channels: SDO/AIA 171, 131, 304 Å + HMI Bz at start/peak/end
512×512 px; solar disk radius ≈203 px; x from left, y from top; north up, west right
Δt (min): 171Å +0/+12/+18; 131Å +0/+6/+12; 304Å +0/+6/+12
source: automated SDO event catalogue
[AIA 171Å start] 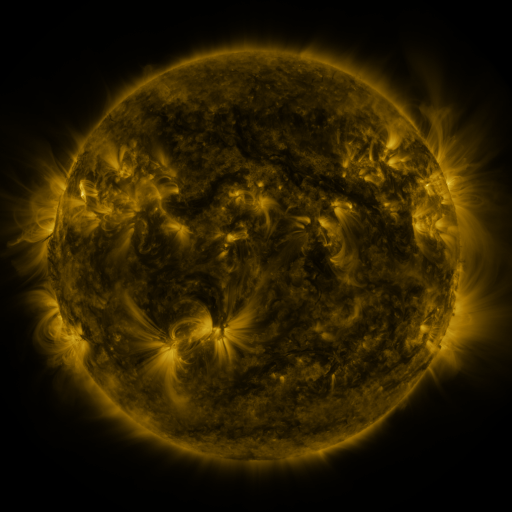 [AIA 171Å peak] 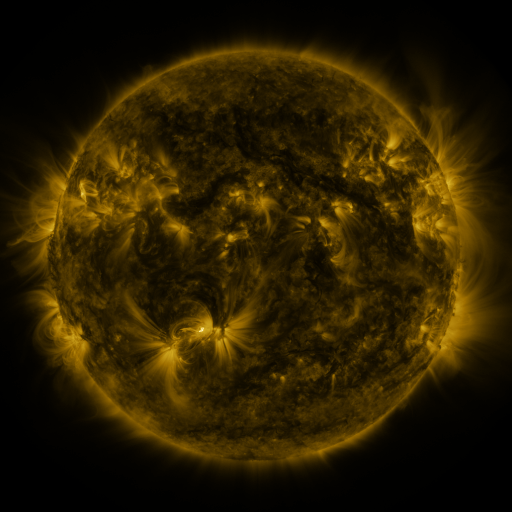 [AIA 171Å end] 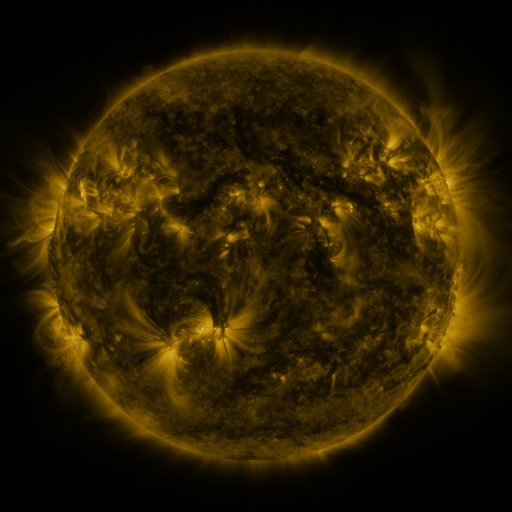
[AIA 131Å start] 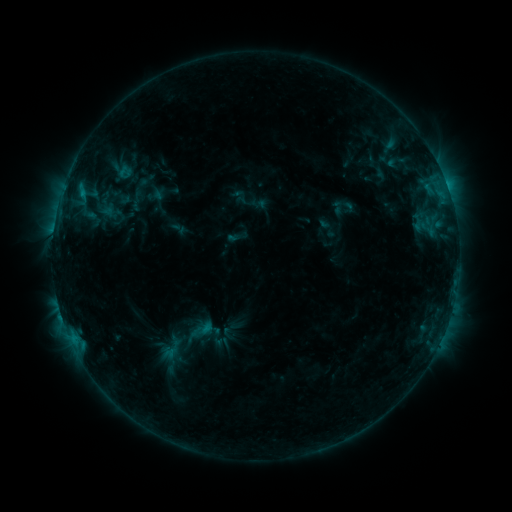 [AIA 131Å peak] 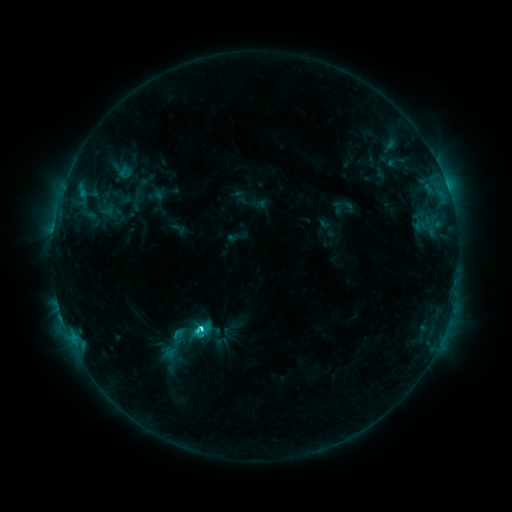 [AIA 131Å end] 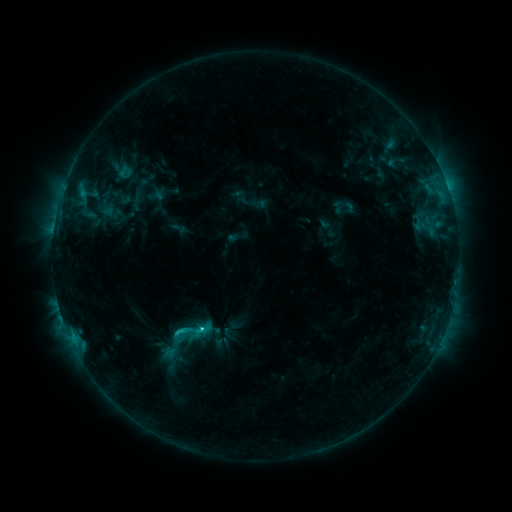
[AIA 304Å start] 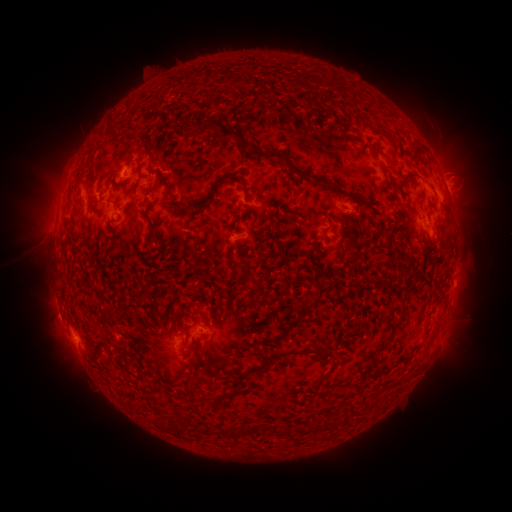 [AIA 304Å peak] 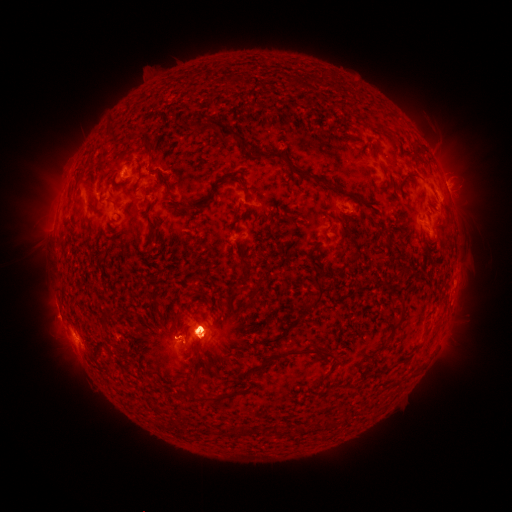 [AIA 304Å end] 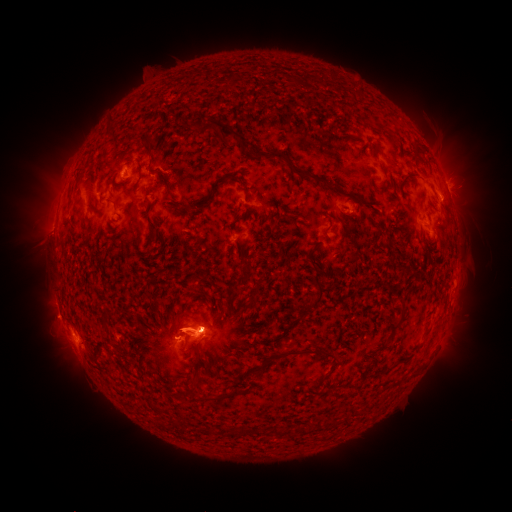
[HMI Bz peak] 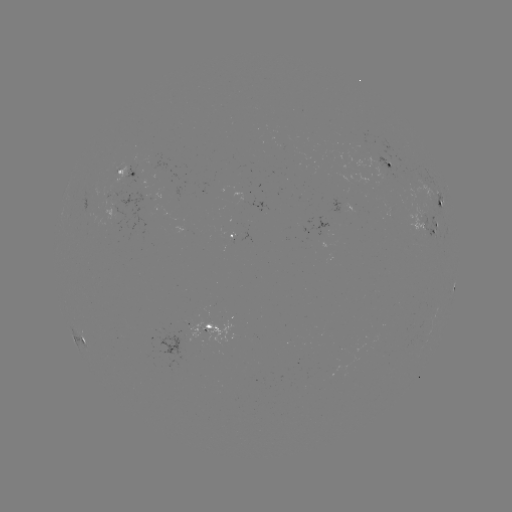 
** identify eruption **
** [43, 204] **